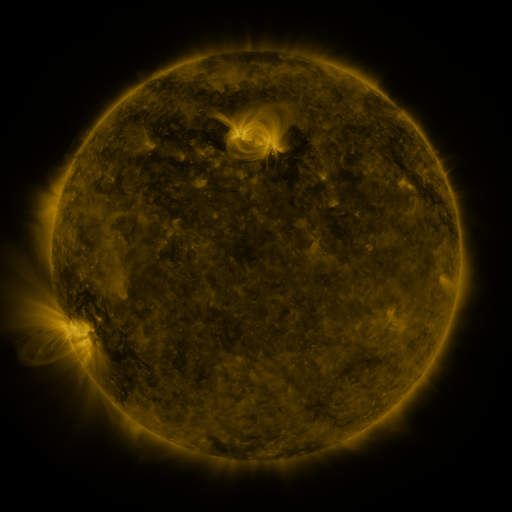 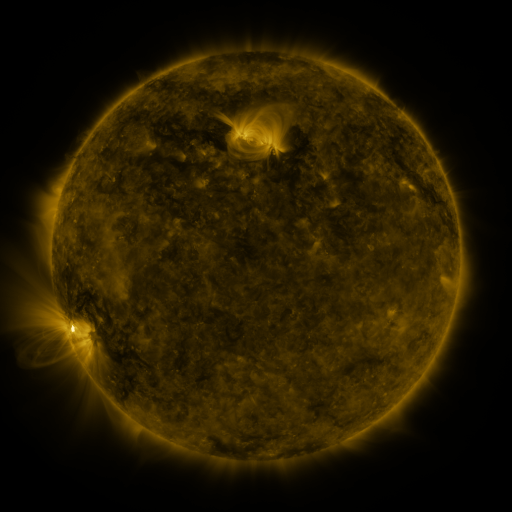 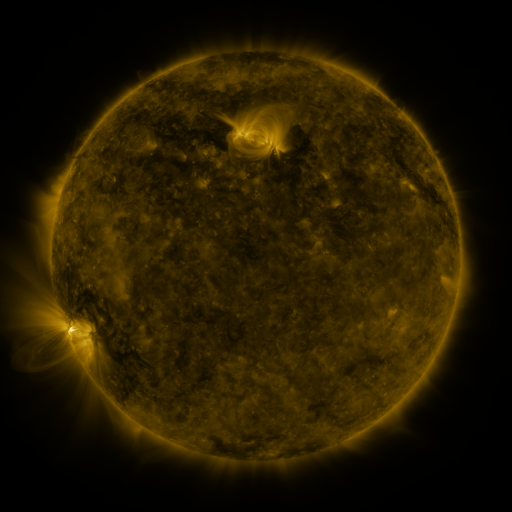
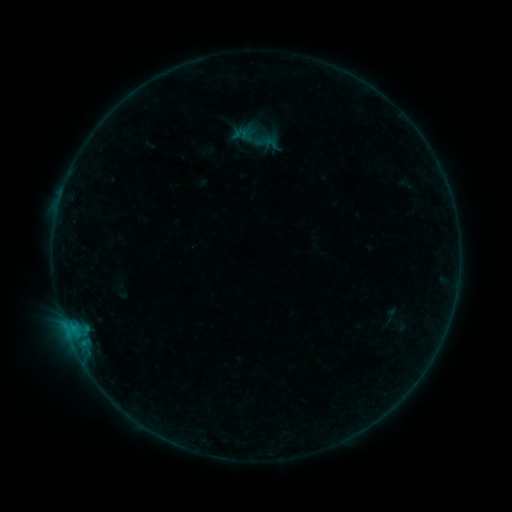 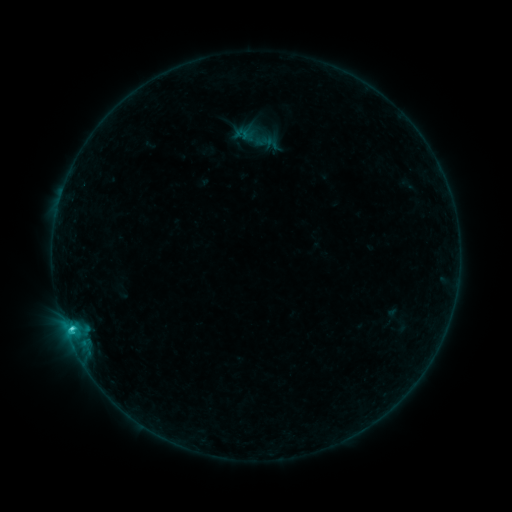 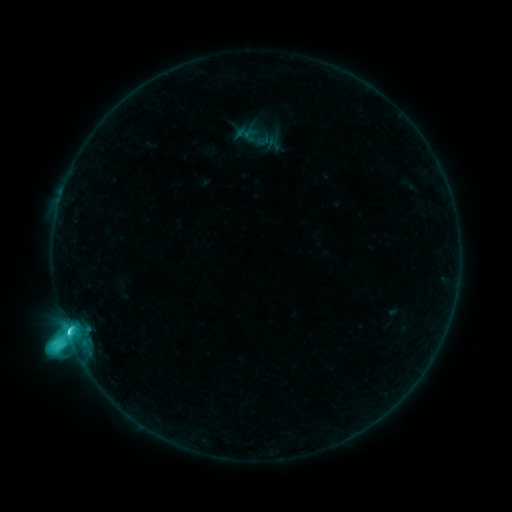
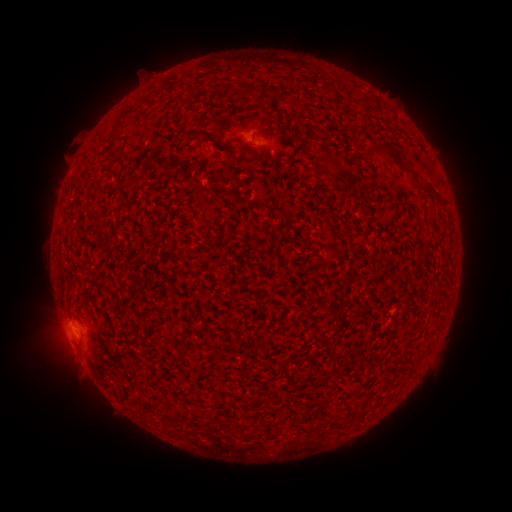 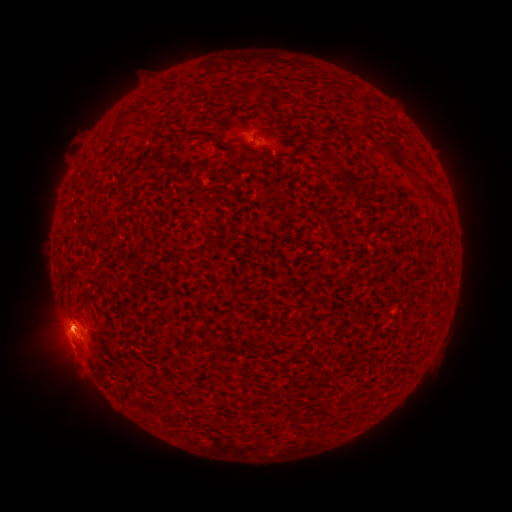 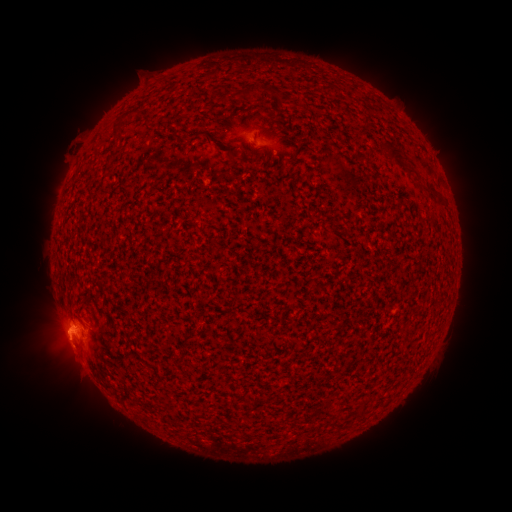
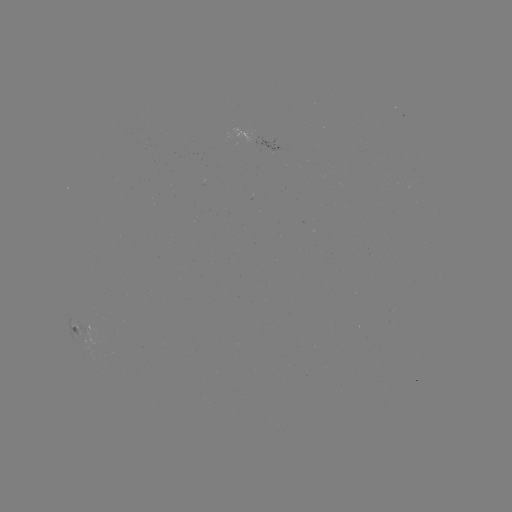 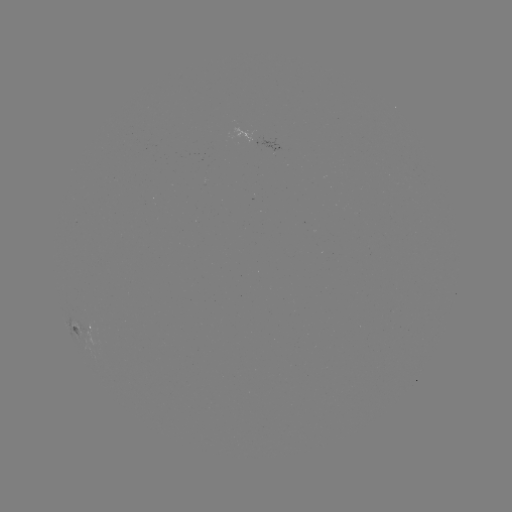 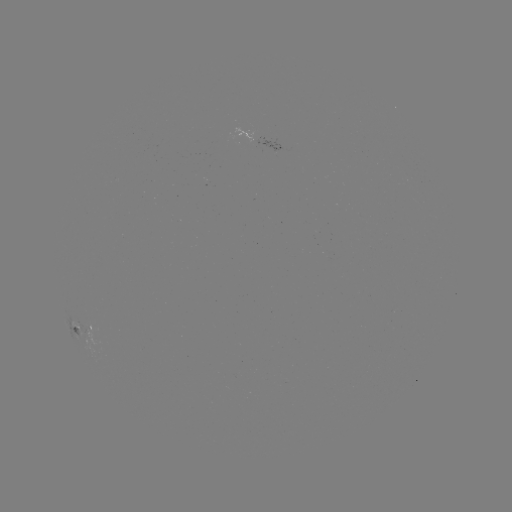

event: flare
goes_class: M1.0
